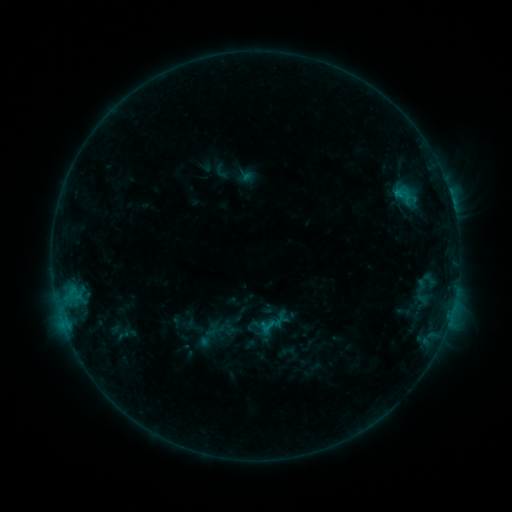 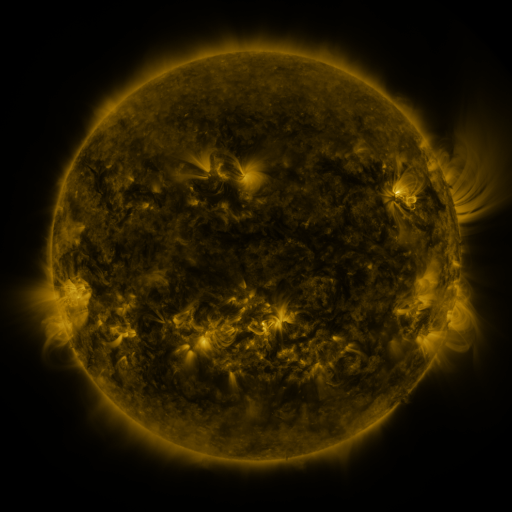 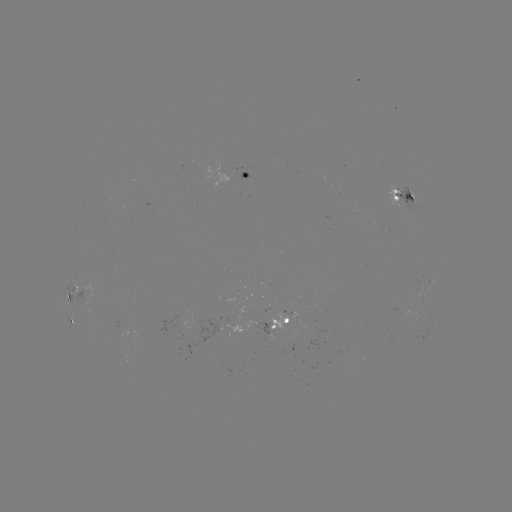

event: sigmoid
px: (408, 196)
